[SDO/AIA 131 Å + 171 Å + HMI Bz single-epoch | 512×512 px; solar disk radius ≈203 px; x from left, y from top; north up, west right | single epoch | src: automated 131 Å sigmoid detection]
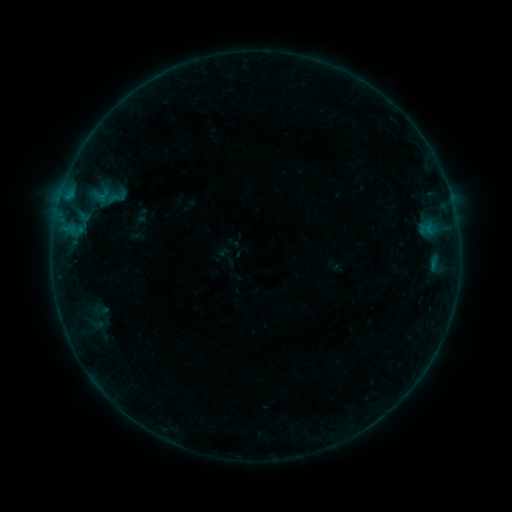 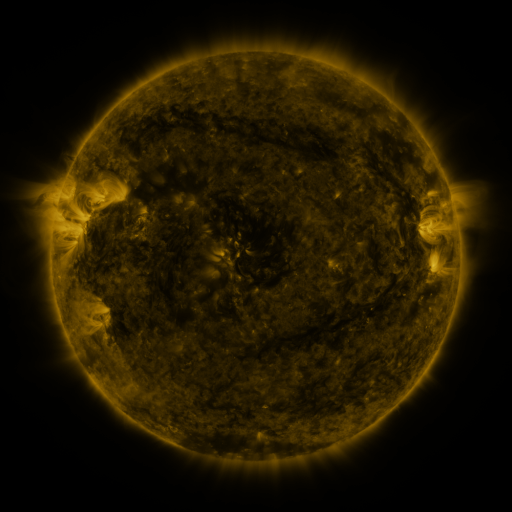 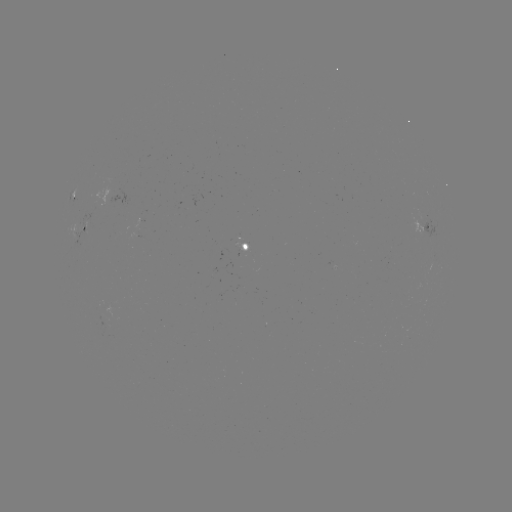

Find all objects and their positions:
sigmoid: [109, 190, 124, 206]
